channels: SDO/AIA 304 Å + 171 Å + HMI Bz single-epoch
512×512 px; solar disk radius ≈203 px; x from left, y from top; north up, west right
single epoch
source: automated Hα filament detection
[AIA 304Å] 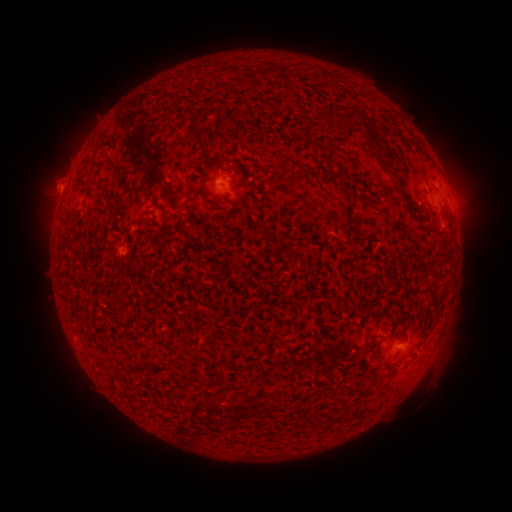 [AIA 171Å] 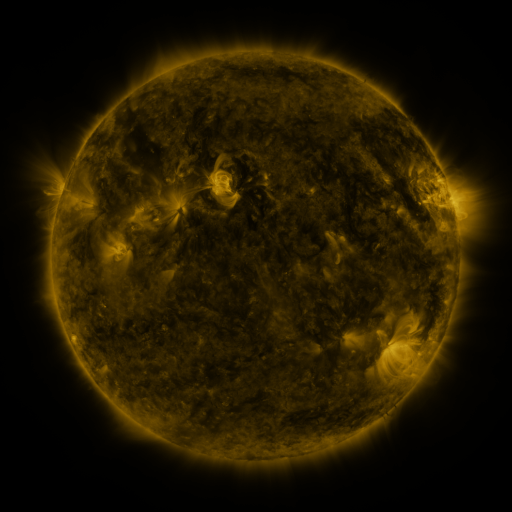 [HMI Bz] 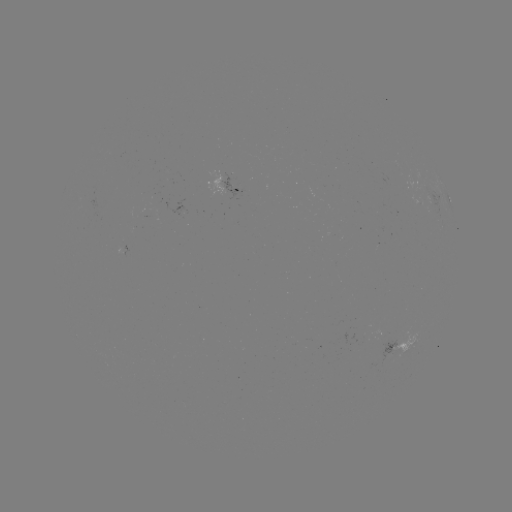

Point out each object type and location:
filament: (272, 71)
filament: (225, 73)
filament: (209, 77)
filament: (189, 112)
filament: (349, 117)
filament: (196, 137)
filament: (109, 159)
filament: (384, 159)
filament: (237, 167)
filament: (340, 188)
filament: (107, 189)
filament: (140, 192)
filament: (213, 200)
filament: (167, 218)
filament: (267, 231)
filament: (431, 274)
filament: (442, 297)
filament: (120, 319)
filament: (150, 334)
filament: (213, 405)
filament: (285, 405)
filament: (317, 420)
